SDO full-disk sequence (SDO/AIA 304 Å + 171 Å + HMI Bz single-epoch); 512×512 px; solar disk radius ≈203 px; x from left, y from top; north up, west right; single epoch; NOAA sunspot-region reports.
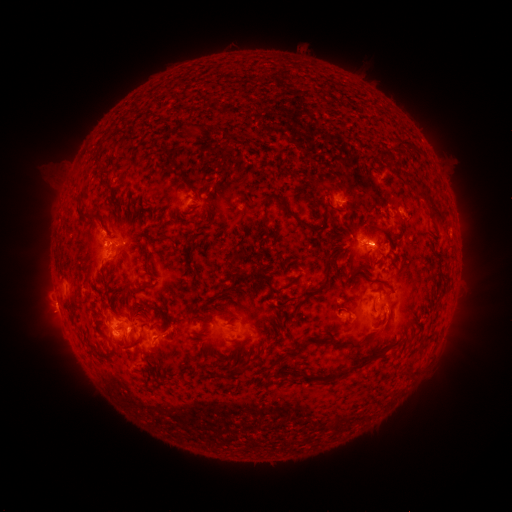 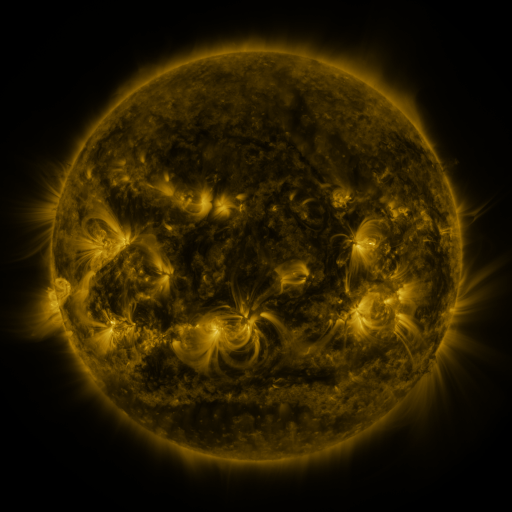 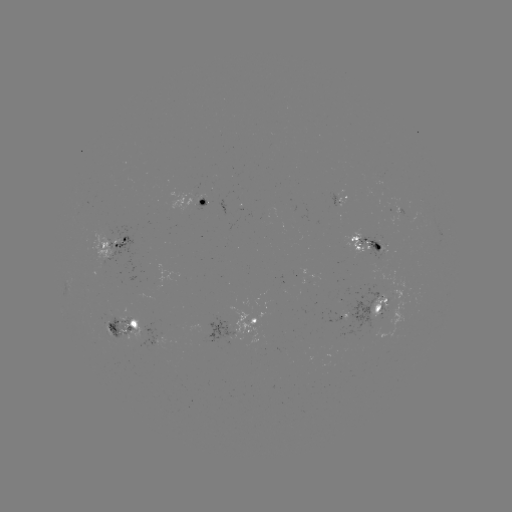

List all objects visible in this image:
spotted active region: (338, 199)
spotted active region: (205, 203)
spotted active region: (117, 244)
spotted active region: (369, 245)
spotted active region: (383, 304)
spotted active region: (345, 315)
spotted active region: (122, 328)
spotted active region: (252, 329)
spotted active region: (165, 342)
